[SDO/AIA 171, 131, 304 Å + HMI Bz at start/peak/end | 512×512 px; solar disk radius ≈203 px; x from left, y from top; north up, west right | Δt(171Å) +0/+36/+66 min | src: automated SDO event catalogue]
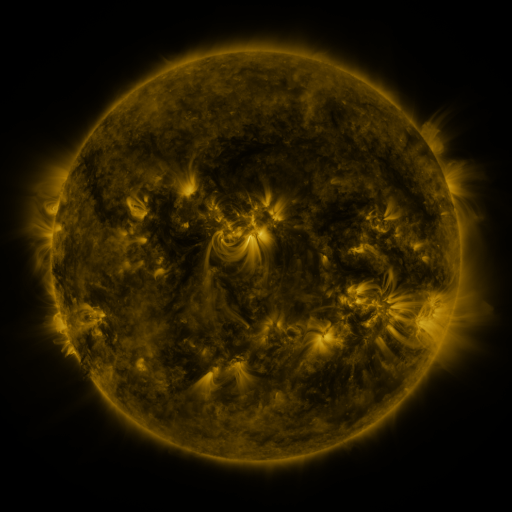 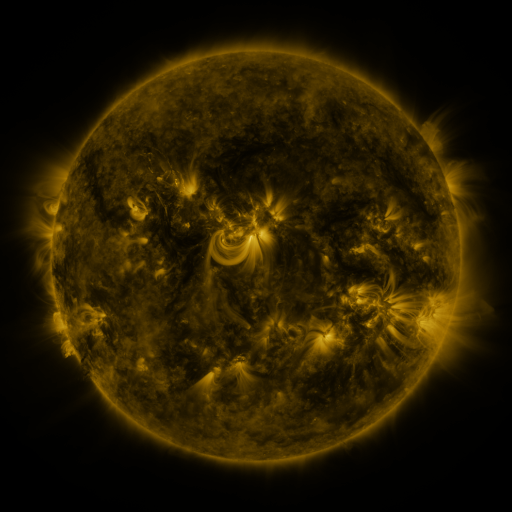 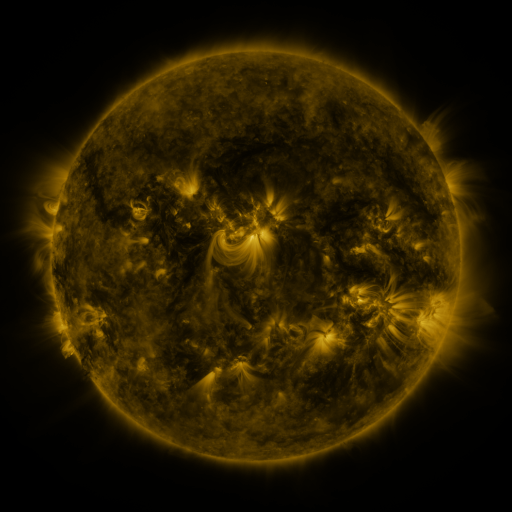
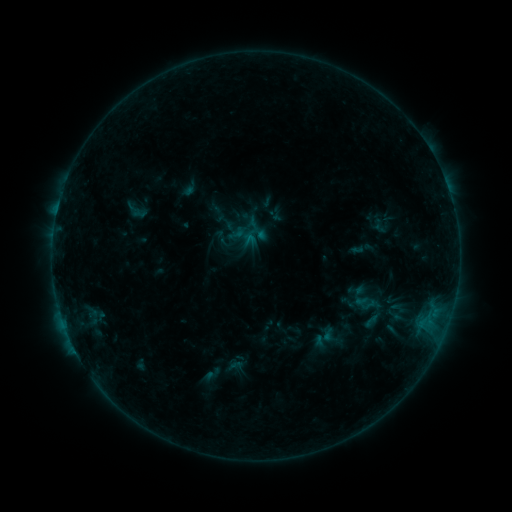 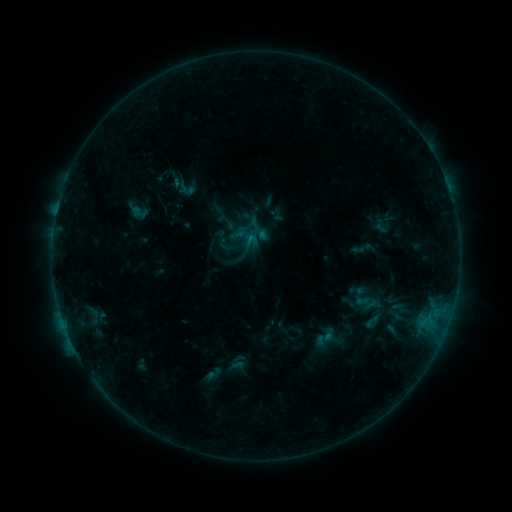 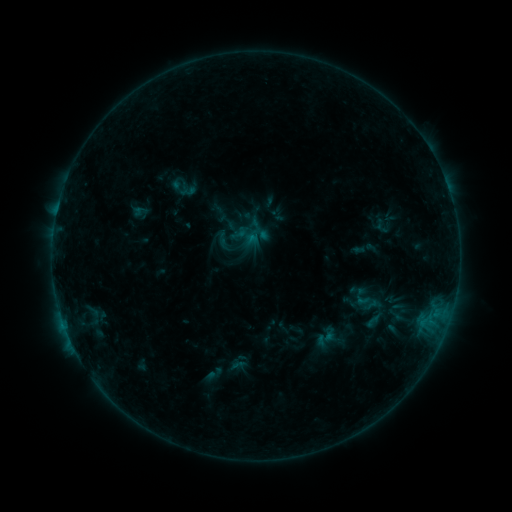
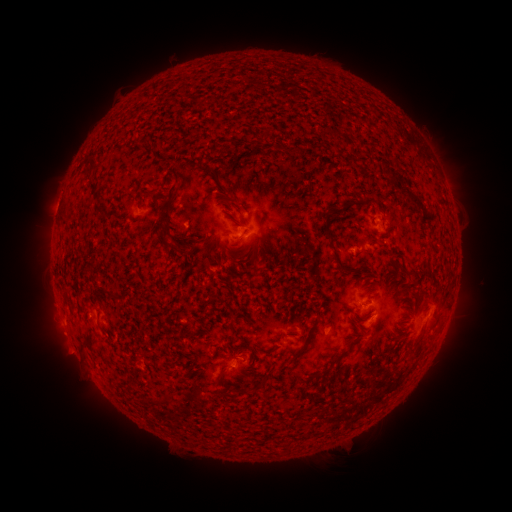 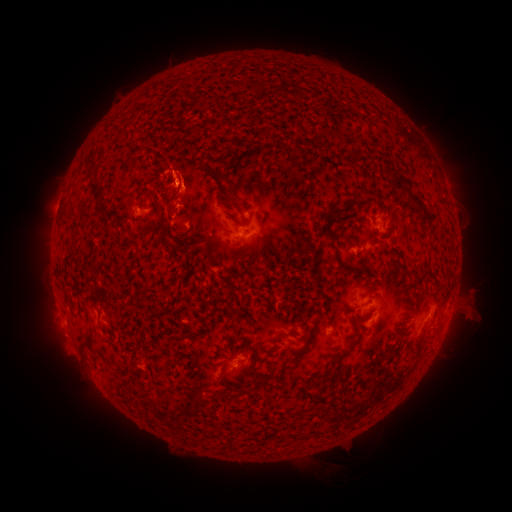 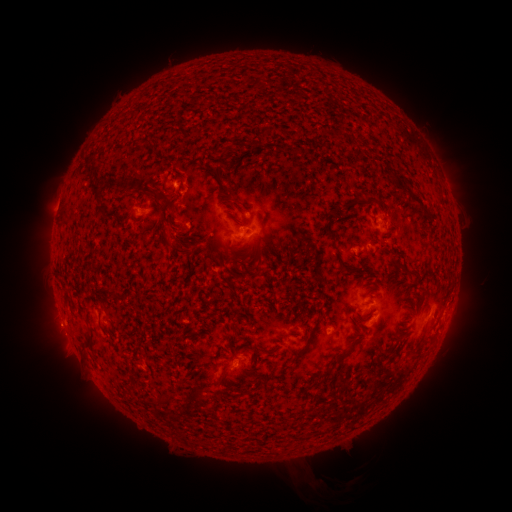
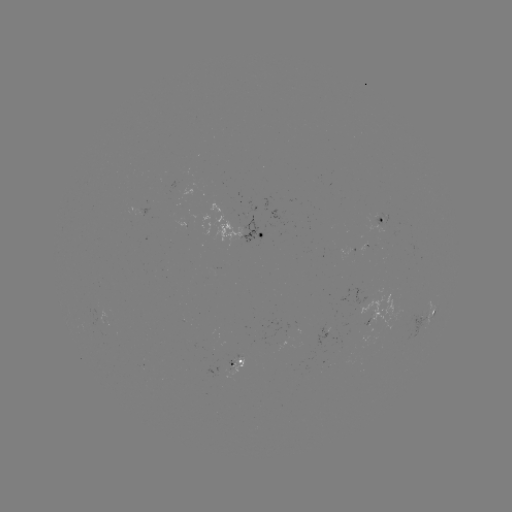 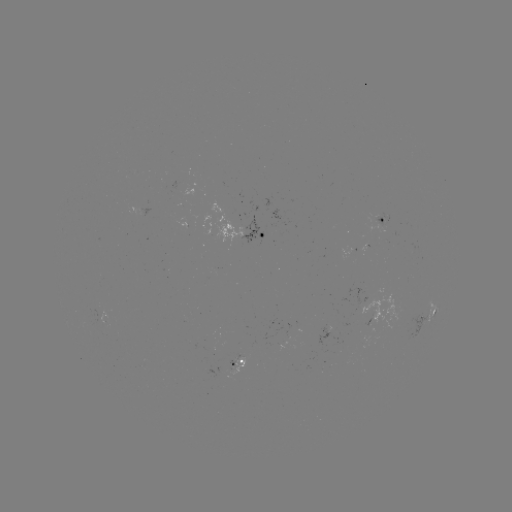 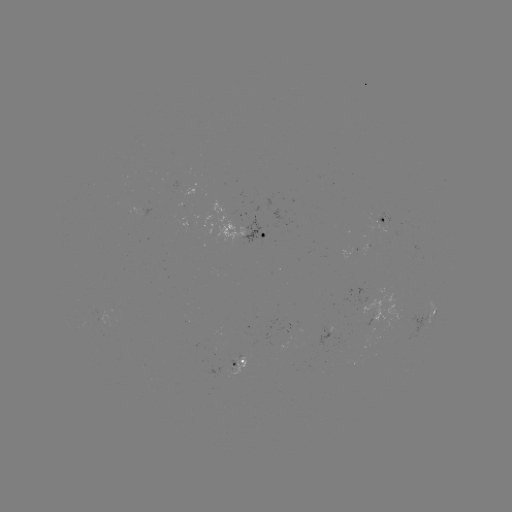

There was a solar filament eruption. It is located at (454, 323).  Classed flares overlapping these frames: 1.